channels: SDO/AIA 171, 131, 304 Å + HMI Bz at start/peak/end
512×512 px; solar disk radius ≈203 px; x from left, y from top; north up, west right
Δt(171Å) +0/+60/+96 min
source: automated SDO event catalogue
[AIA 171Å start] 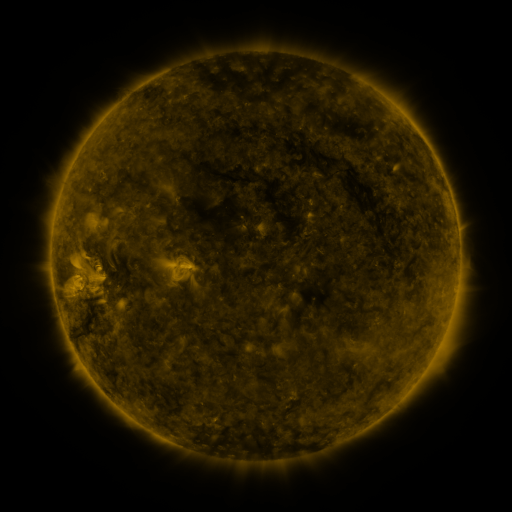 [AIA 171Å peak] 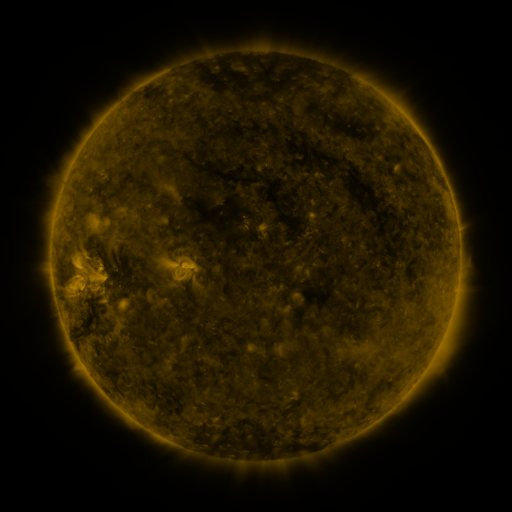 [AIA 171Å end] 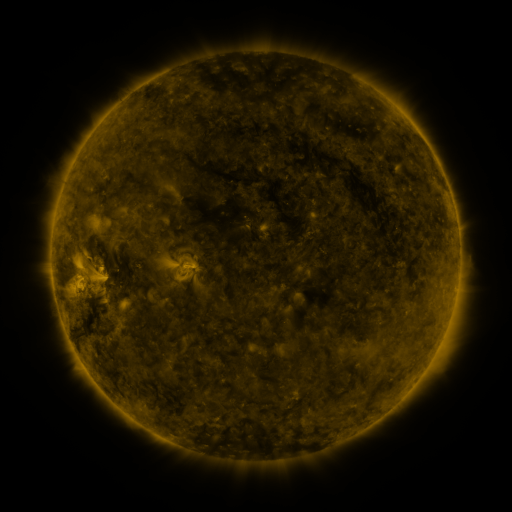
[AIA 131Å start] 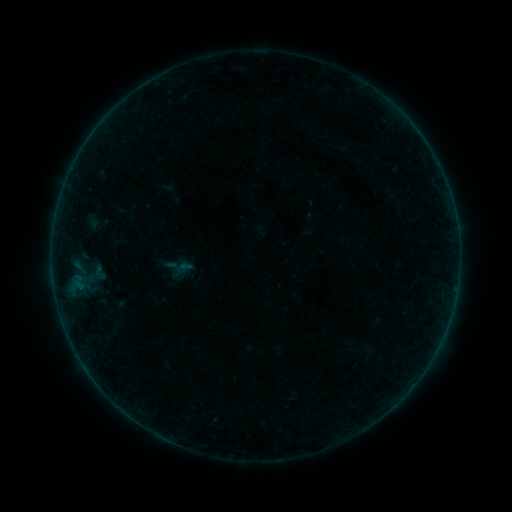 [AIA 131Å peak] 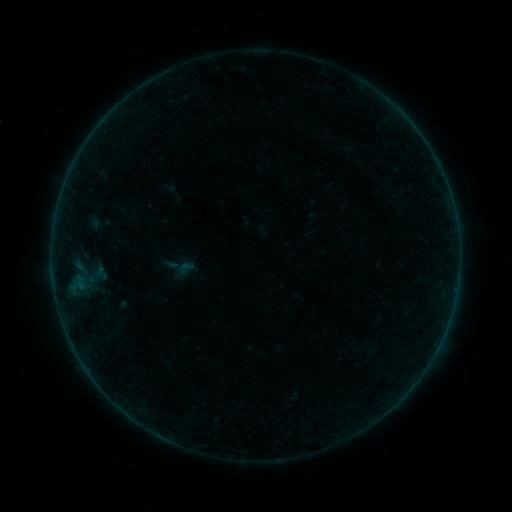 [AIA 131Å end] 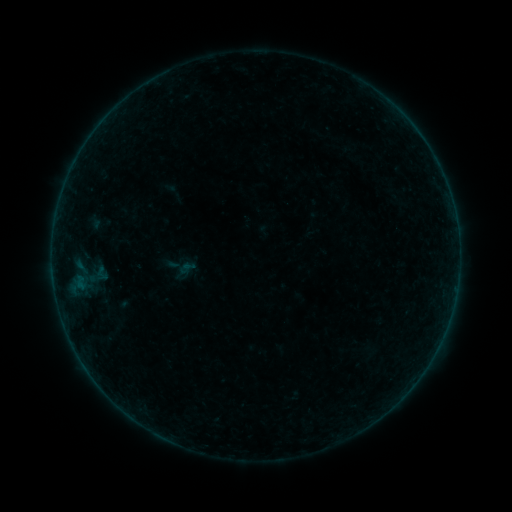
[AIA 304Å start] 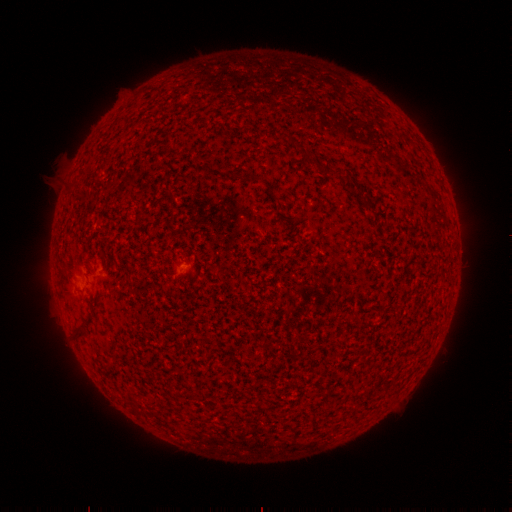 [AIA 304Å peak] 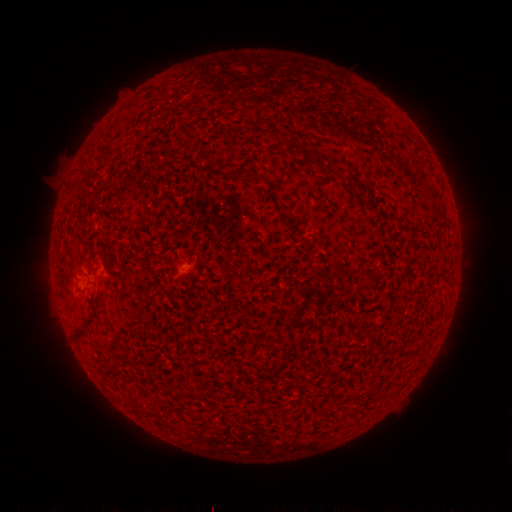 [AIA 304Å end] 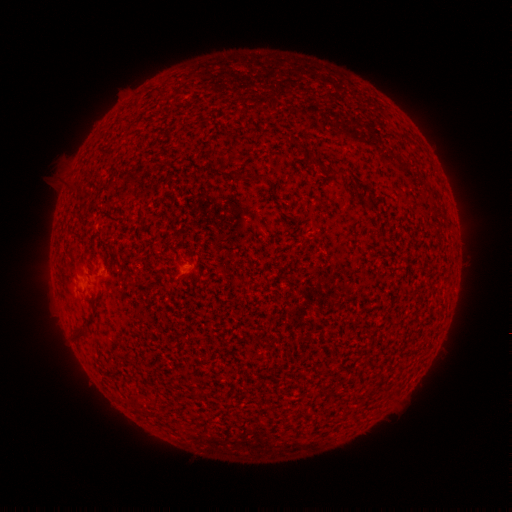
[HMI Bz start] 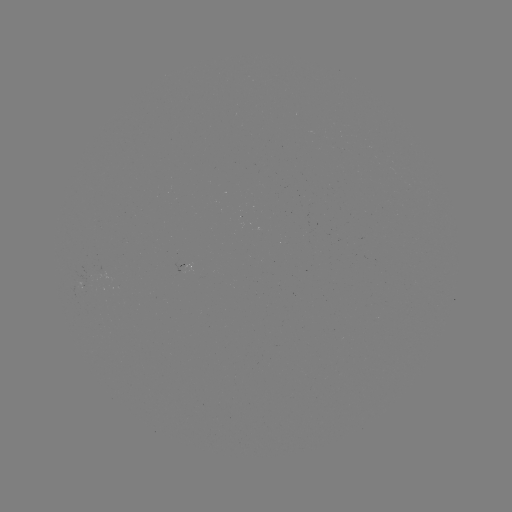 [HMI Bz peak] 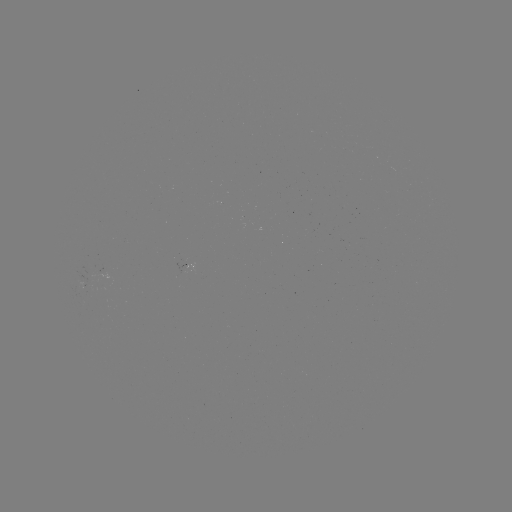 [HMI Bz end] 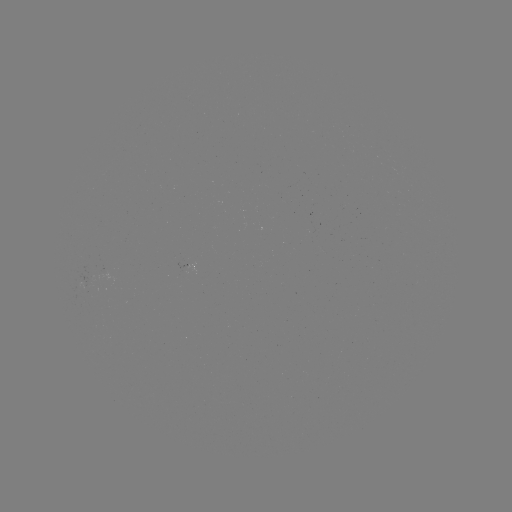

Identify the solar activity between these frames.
emerging-flux region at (98, 273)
